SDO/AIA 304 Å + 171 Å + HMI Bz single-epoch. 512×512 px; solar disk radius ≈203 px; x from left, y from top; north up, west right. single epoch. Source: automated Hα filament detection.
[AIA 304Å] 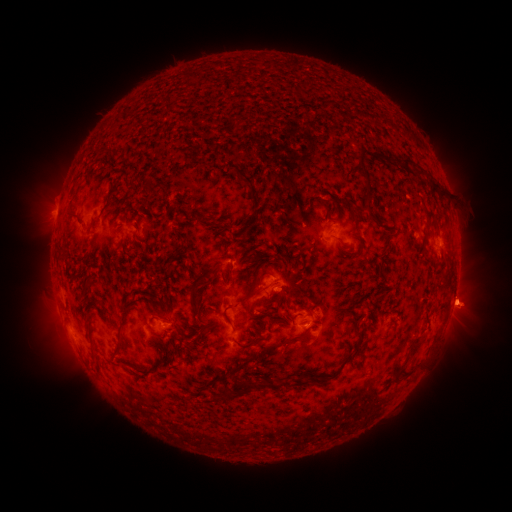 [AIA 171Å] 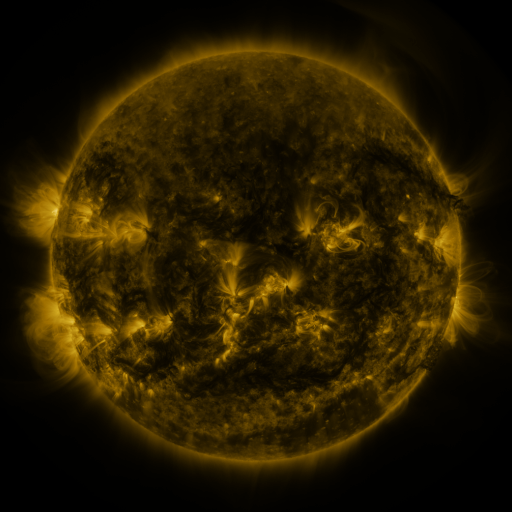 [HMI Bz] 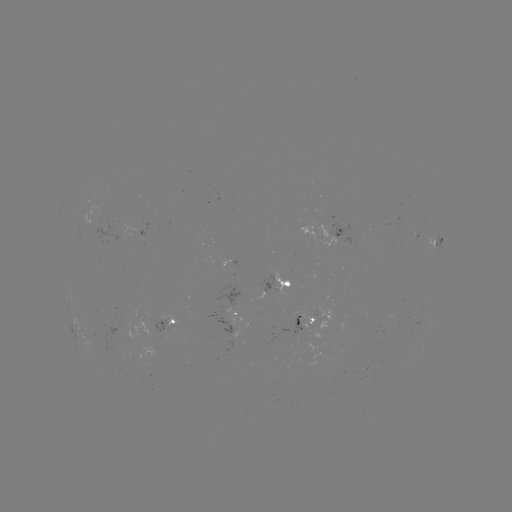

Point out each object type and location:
filament: (235, 125)
filament: (359, 167)
filament: (245, 180)
filament: (434, 184)
filament: (439, 190)
filament: (201, 216)
filament: (70, 217)
filament: (64, 258)
filament: (270, 261)
filament: (230, 275)
filament: (256, 283)
filament: (260, 289)
filament: (194, 292)
filament: (227, 317)
filament: (123, 322)
filament: (358, 328)
filament: (284, 342)
filament: (118, 351)
filament: (407, 358)
filament: (243, 364)
filament: (335, 375)
filament: (301, 381)
filament: (274, 384)
filament: (240, 393)
